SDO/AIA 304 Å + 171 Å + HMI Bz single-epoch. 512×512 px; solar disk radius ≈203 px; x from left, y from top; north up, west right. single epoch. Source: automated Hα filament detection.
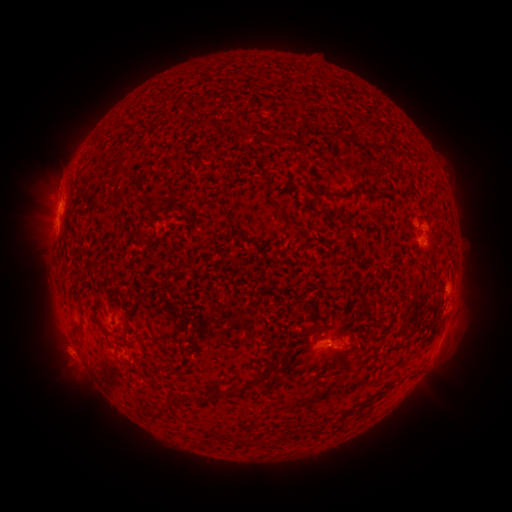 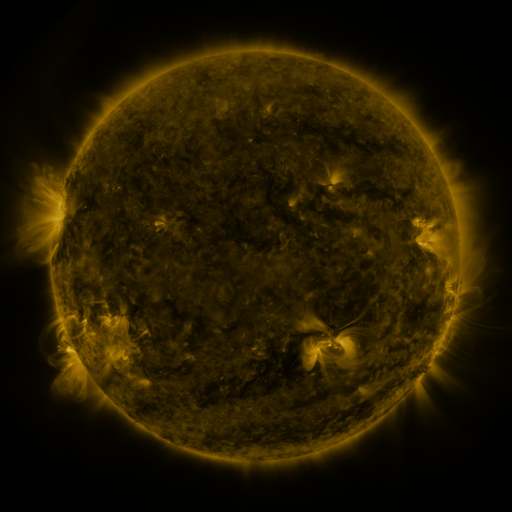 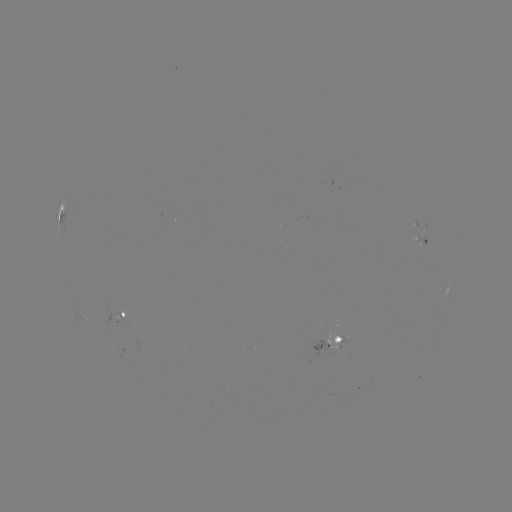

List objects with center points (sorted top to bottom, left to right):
filament: (360, 141)
filament: (224, 188)
filament: (324, 194)
filament: (117, 197)
filament: (324, 211)
filament: (127, 345)
filament: (288, 353)
filament: (267, 373)
filament: (228, 392)
filament: (190, 397)
filament: (160, 415)
filament: (246, 442)
filament: (265, 444)
